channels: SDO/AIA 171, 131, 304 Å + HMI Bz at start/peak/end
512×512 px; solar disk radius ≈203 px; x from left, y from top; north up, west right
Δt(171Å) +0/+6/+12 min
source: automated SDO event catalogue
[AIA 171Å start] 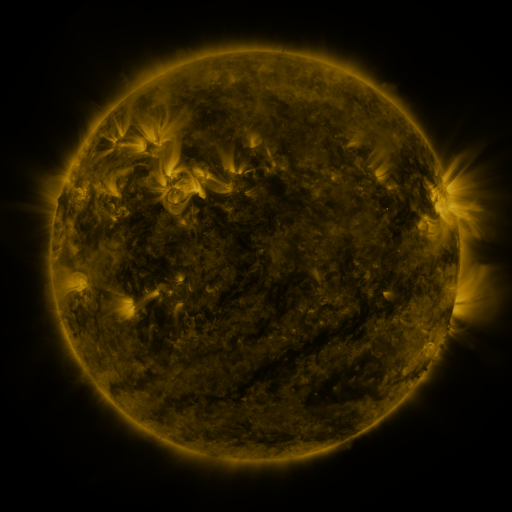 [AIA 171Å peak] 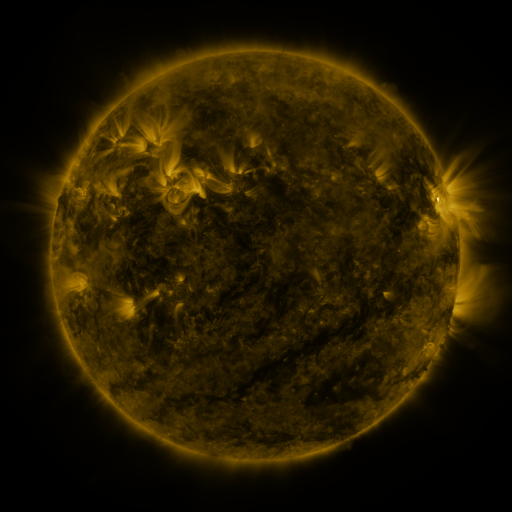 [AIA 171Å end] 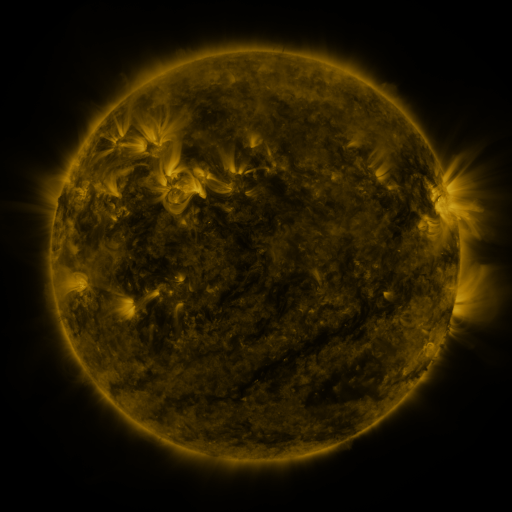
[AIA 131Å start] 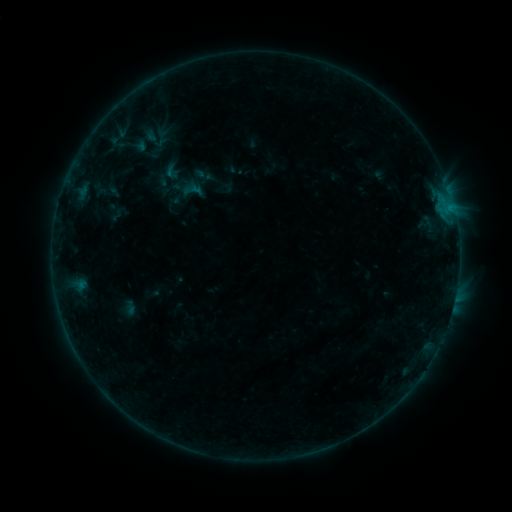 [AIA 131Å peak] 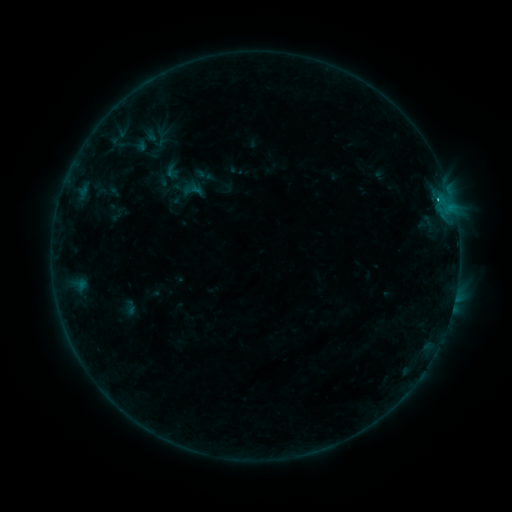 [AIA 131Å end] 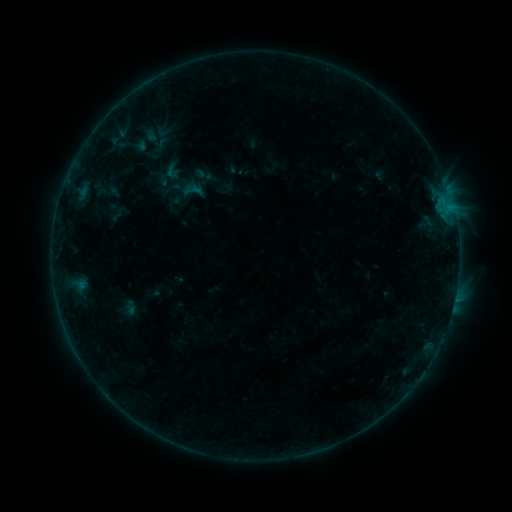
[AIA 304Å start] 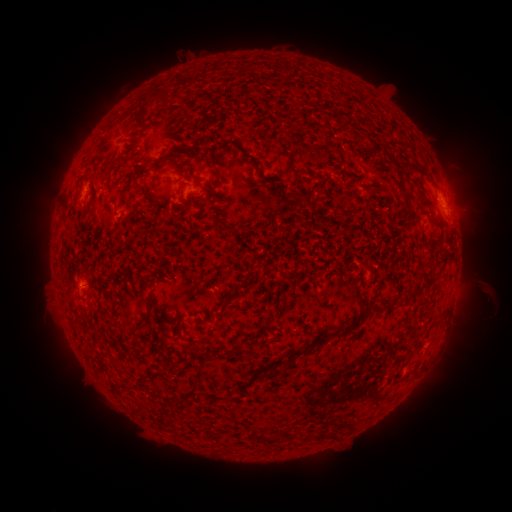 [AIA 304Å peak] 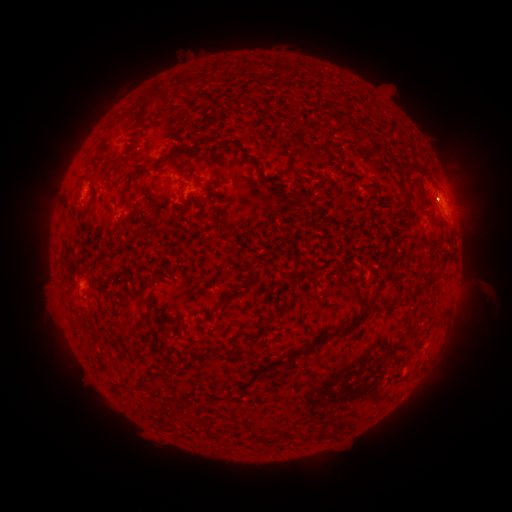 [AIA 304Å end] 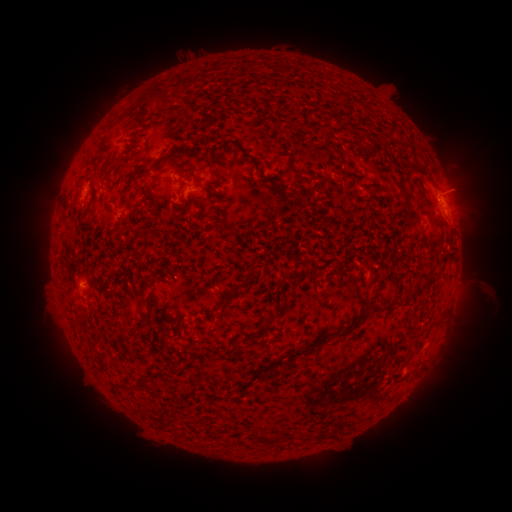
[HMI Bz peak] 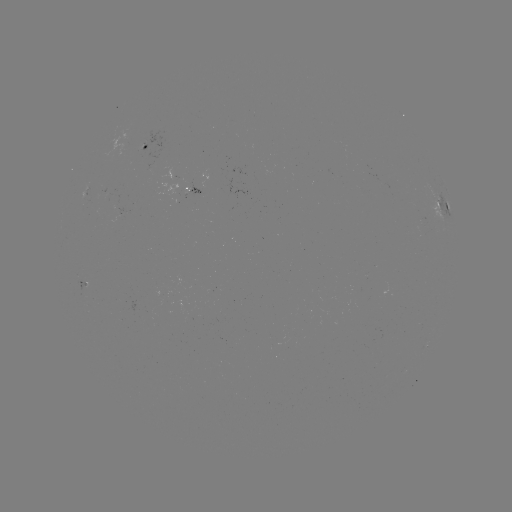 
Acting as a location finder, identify B7.1 flare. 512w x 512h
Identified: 84,281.